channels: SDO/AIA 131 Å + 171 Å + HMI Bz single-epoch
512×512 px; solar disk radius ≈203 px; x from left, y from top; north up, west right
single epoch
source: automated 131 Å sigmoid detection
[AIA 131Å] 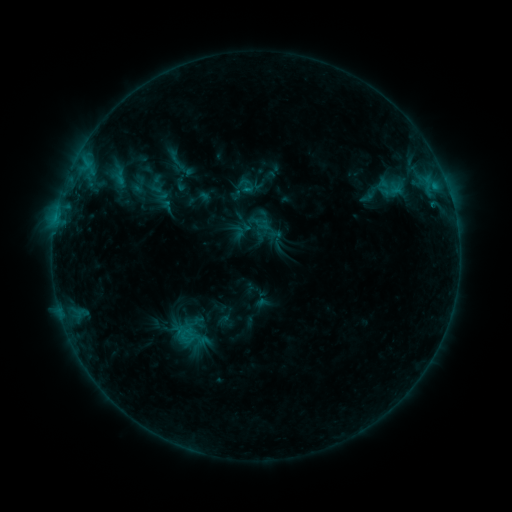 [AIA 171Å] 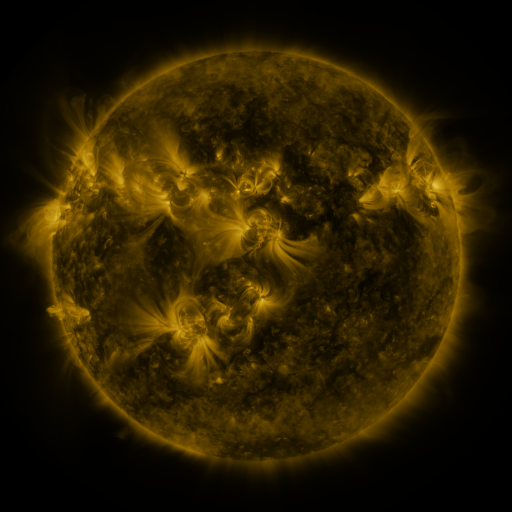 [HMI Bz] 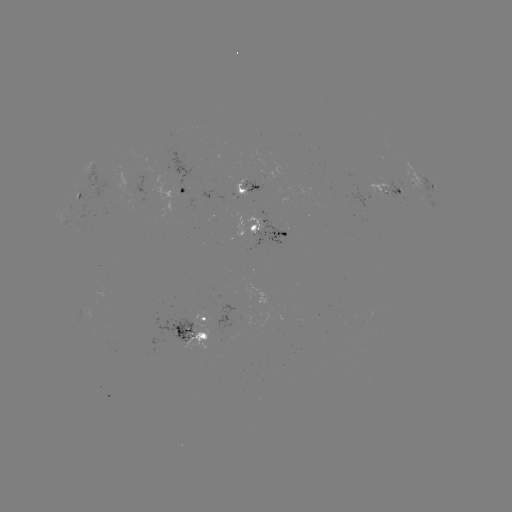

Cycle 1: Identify sigmoid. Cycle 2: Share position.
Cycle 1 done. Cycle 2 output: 246,185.